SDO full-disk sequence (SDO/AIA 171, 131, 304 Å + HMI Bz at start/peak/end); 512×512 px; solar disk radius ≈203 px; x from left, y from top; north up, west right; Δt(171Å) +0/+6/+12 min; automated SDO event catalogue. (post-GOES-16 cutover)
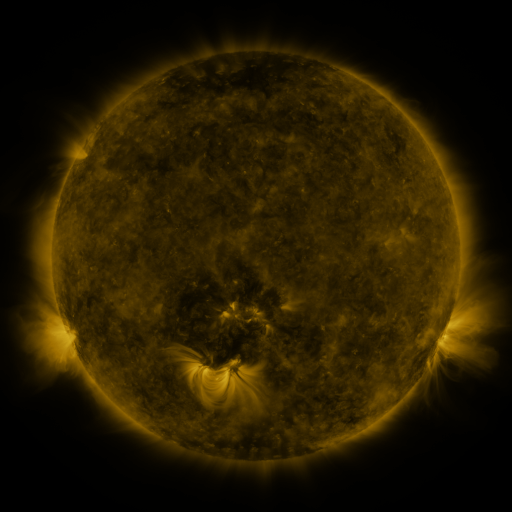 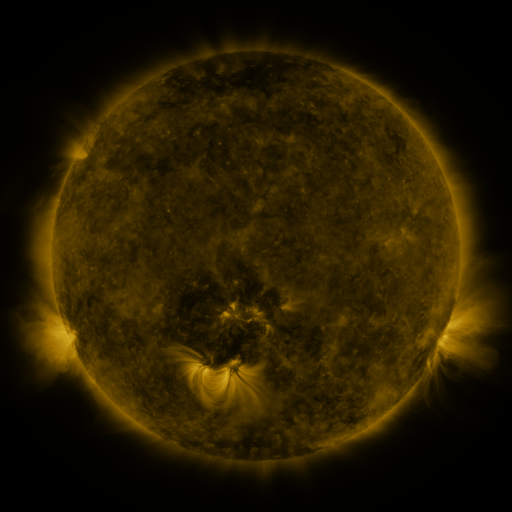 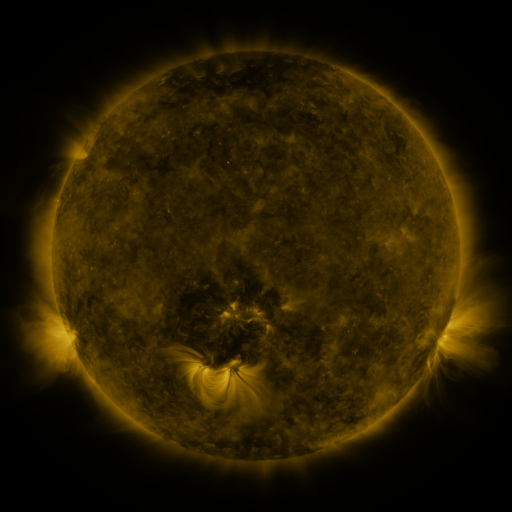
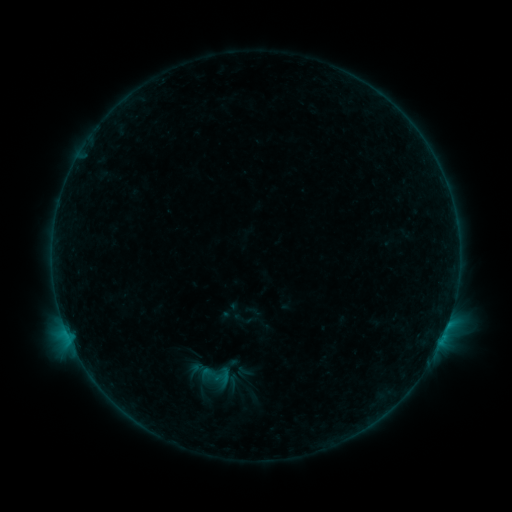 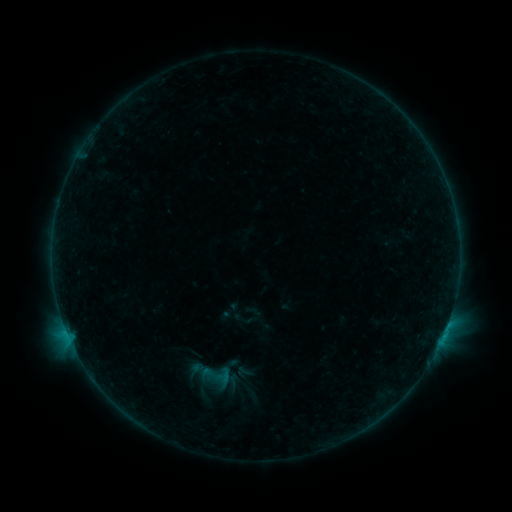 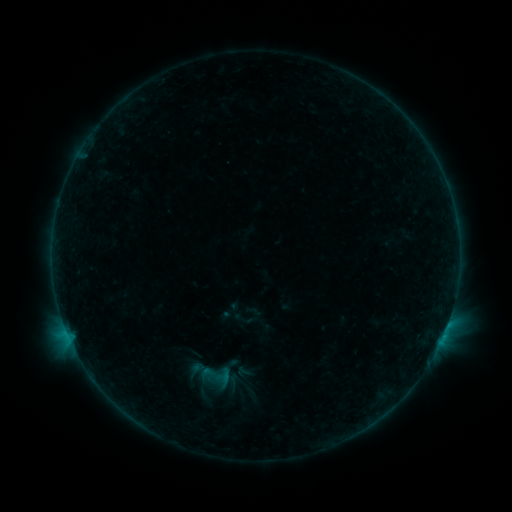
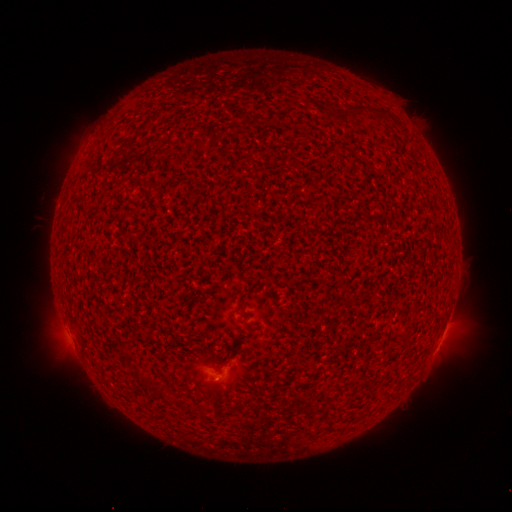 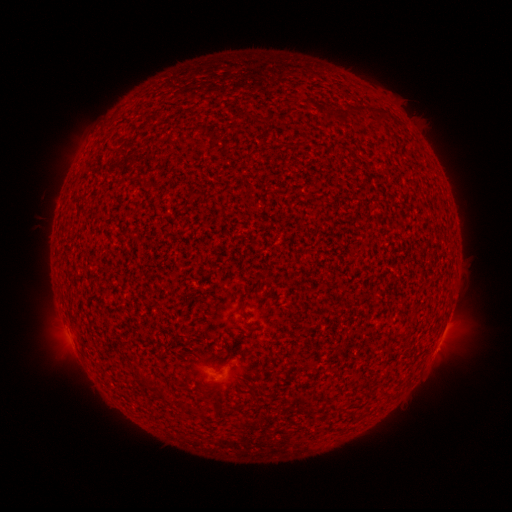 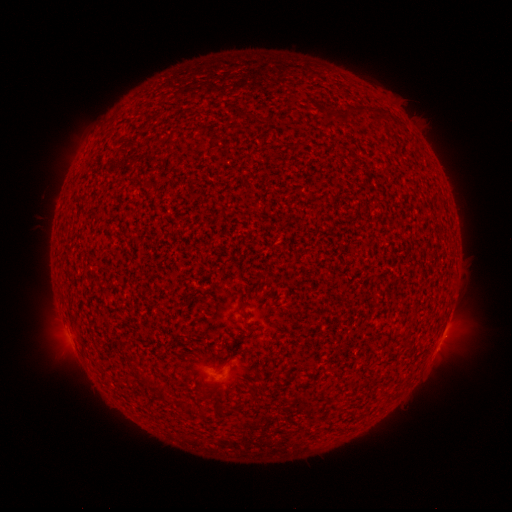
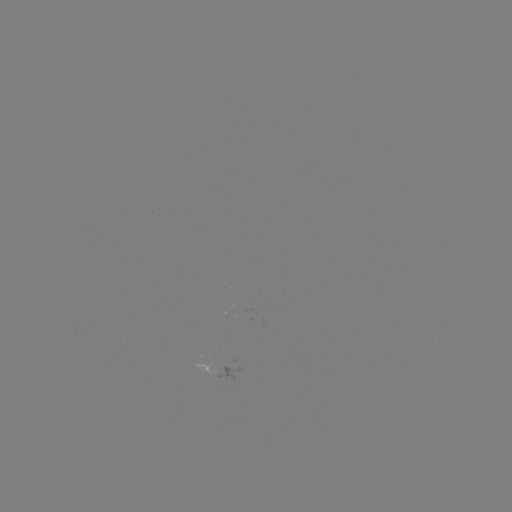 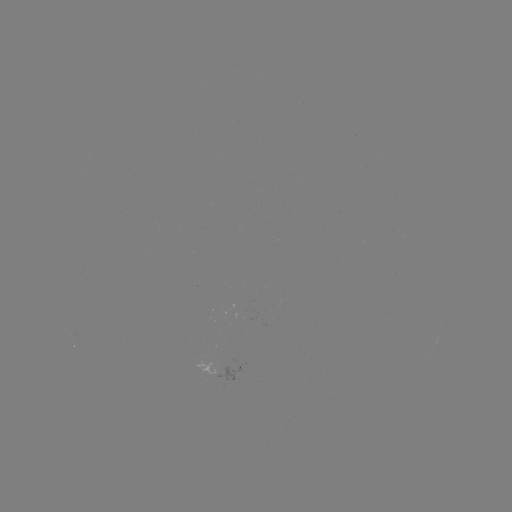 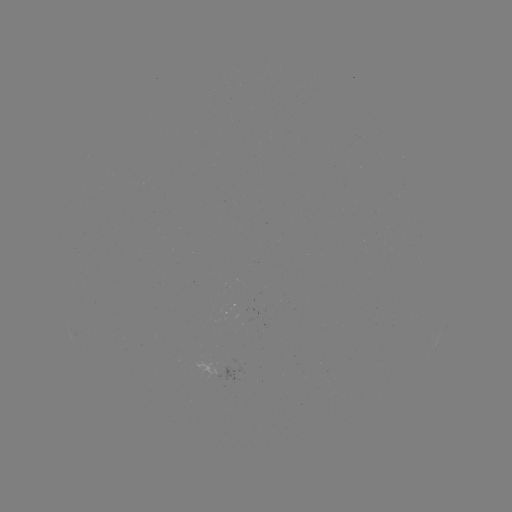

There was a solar flare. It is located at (444, 332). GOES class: B2.1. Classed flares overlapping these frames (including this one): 1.